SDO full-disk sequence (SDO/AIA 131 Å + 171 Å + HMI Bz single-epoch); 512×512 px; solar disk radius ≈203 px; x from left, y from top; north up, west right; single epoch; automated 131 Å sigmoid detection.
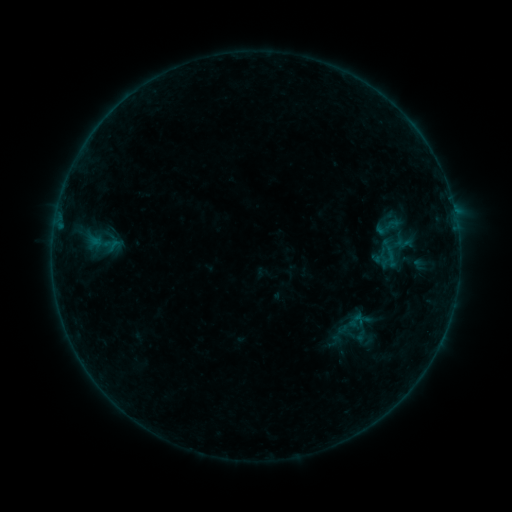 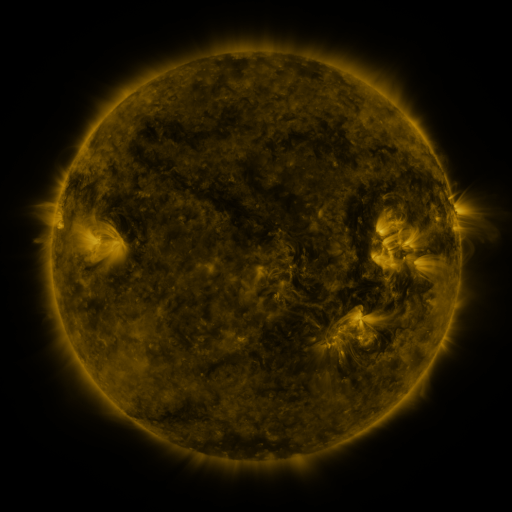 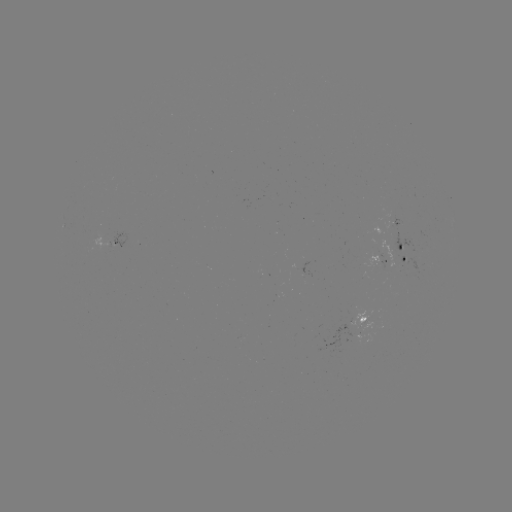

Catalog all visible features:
sigmoid: (369, 212, 407, 242)
sigmoid: (86, 221, 122, 265)
